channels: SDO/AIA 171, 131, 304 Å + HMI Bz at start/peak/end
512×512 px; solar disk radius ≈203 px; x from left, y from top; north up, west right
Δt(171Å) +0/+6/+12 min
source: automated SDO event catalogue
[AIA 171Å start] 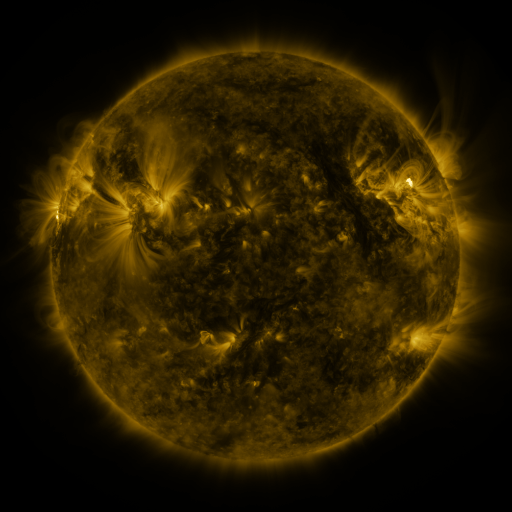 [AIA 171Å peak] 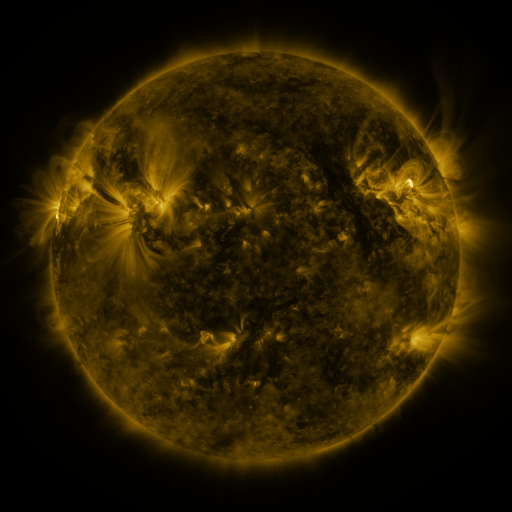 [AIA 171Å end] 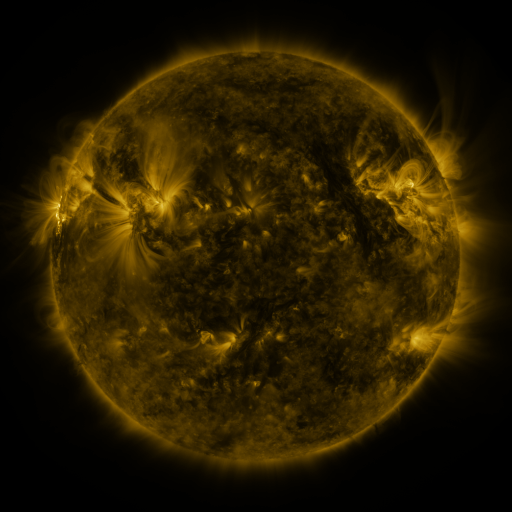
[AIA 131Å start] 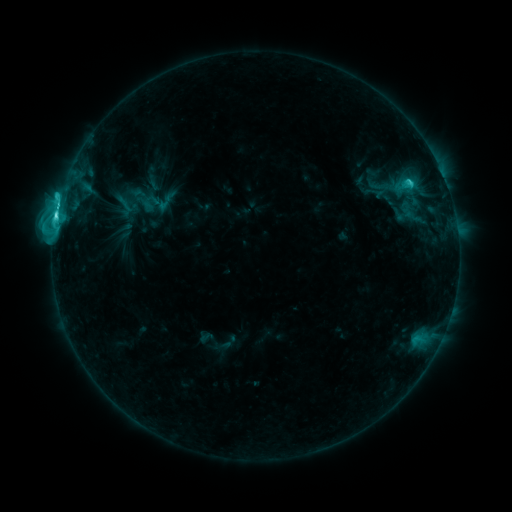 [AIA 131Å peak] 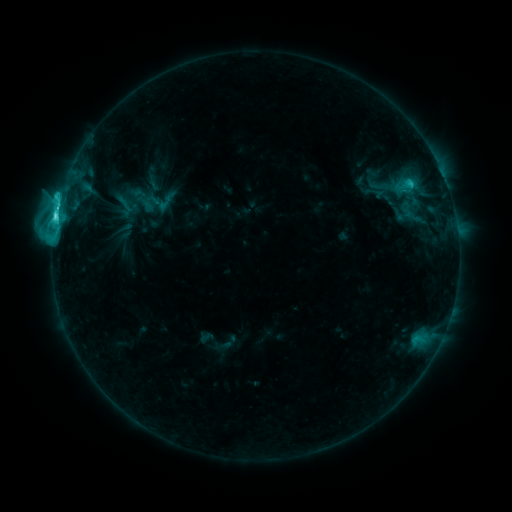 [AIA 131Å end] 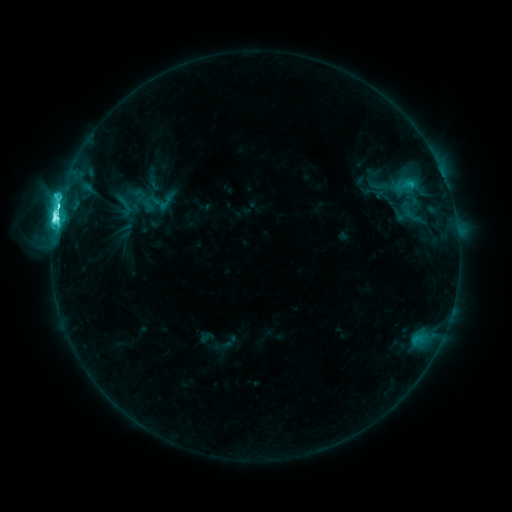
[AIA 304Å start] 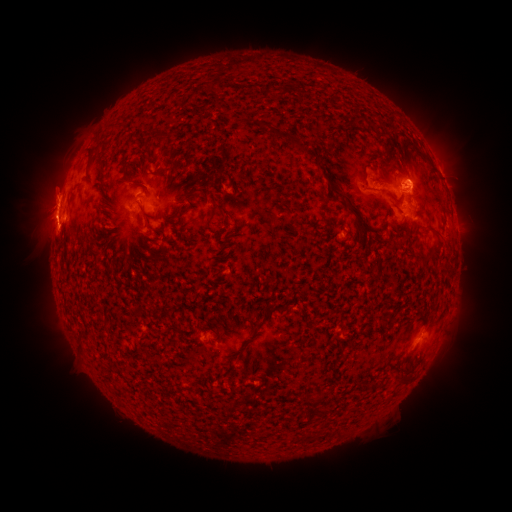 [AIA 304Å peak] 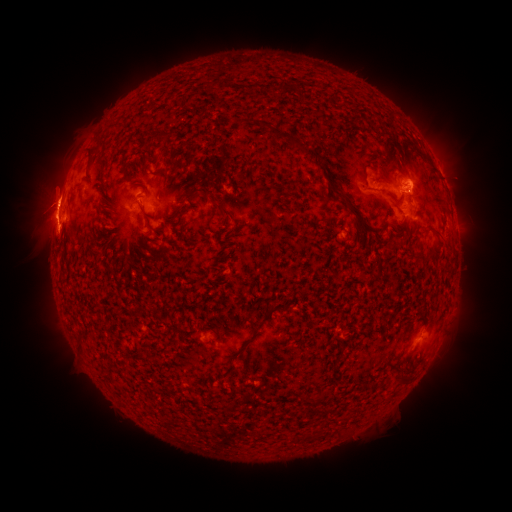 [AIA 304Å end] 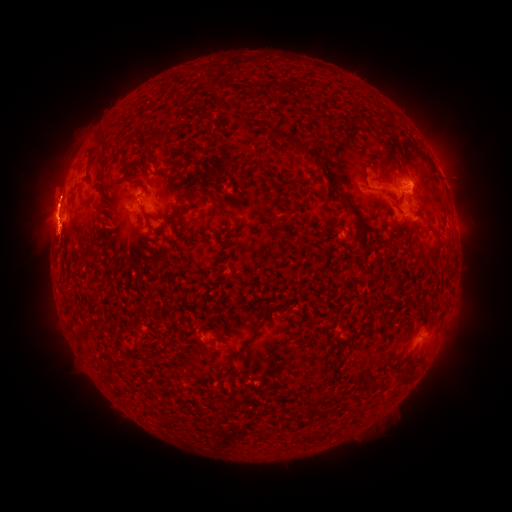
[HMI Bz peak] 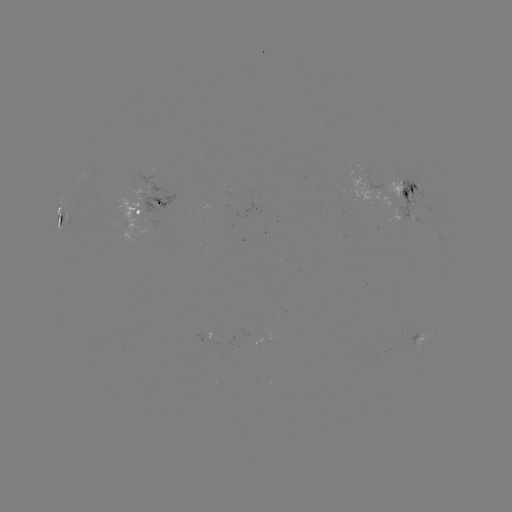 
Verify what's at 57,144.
eruption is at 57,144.